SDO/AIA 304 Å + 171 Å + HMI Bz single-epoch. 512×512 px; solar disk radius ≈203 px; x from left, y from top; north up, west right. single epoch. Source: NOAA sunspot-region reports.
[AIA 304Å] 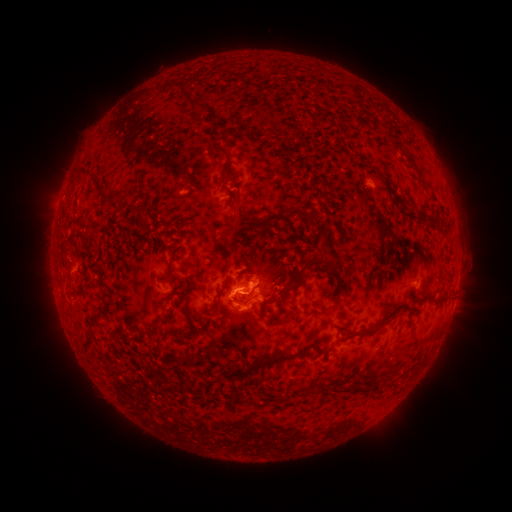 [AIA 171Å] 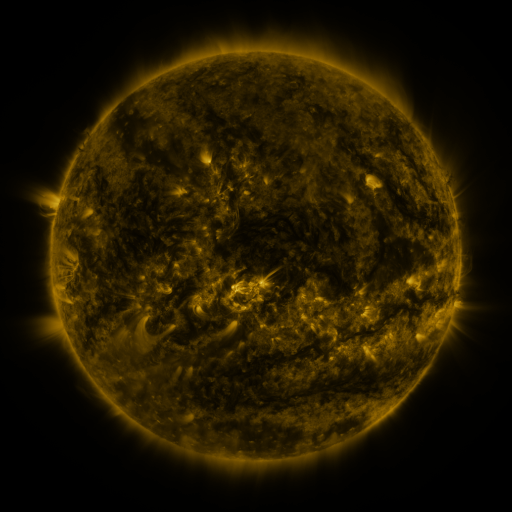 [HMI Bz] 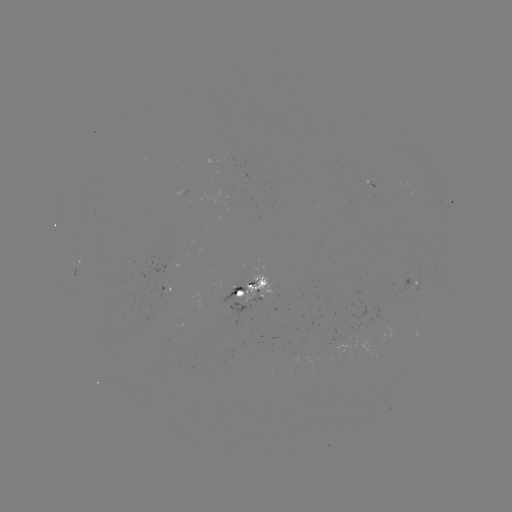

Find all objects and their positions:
spotted active region: (80, 267)
spotted active region: (413, 279)
spotted active region: (256, 287)
